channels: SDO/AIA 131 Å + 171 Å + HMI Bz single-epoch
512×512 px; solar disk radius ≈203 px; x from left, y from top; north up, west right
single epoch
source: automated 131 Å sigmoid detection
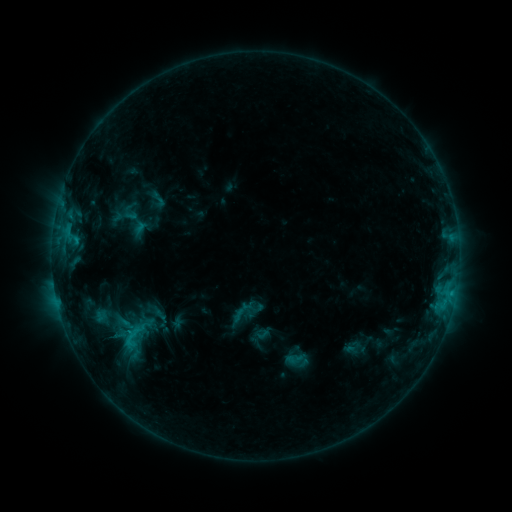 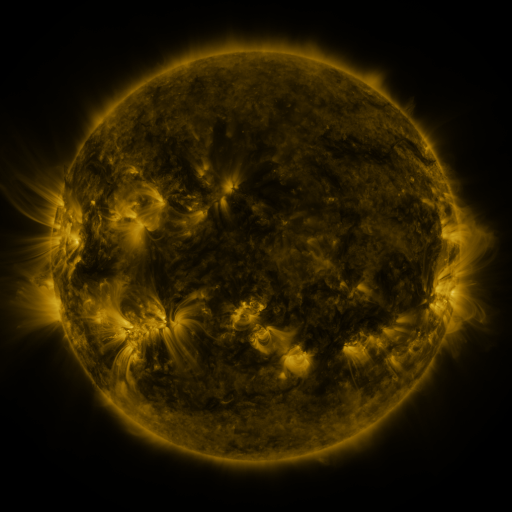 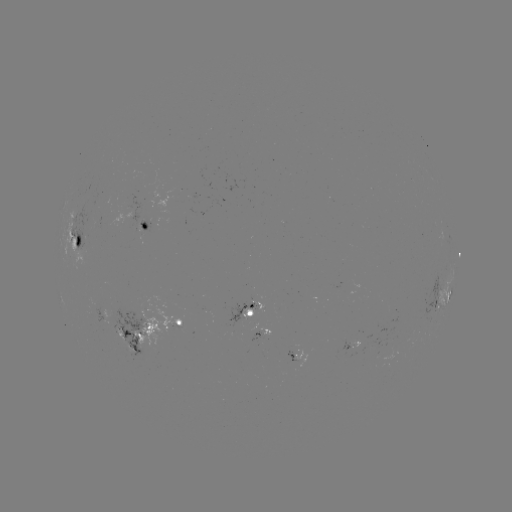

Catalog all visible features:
sigmoid: [149, 189, 168, 210]
sigmoid: [116, 317, 152, 344]
